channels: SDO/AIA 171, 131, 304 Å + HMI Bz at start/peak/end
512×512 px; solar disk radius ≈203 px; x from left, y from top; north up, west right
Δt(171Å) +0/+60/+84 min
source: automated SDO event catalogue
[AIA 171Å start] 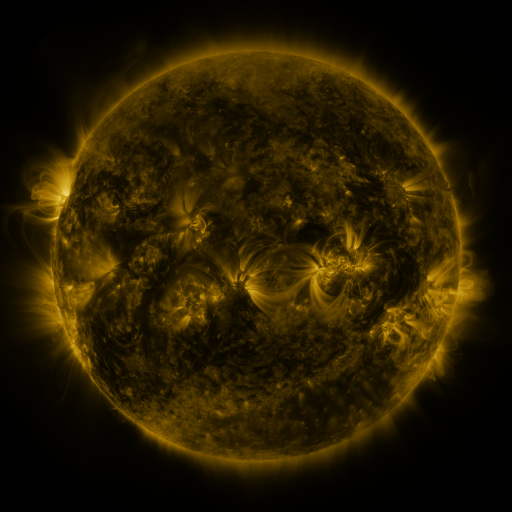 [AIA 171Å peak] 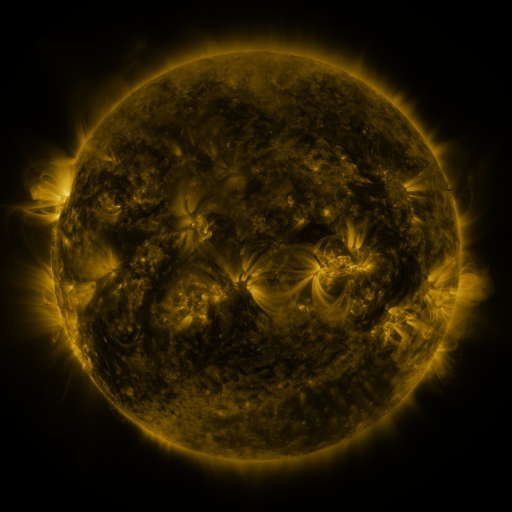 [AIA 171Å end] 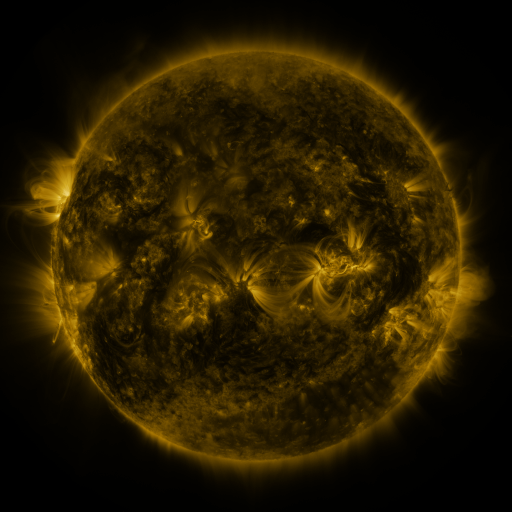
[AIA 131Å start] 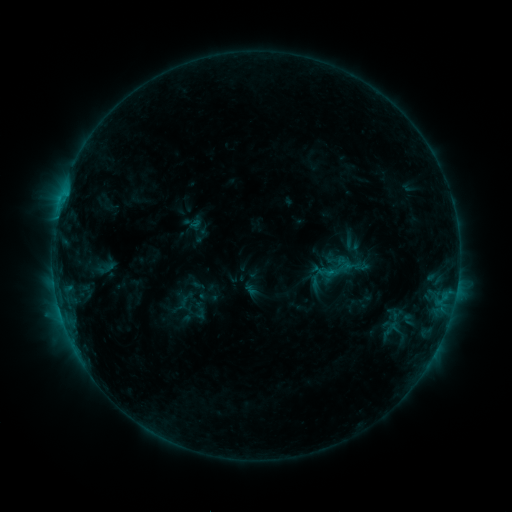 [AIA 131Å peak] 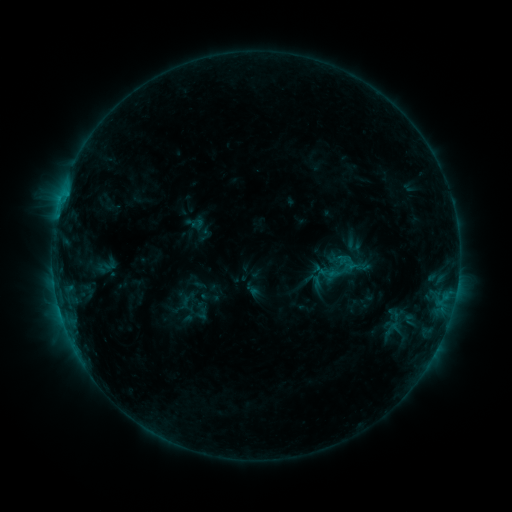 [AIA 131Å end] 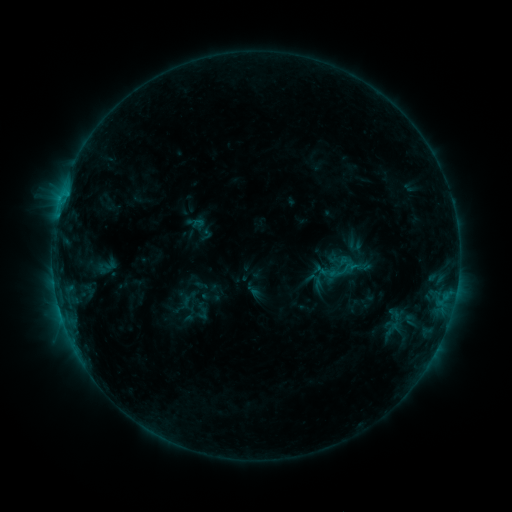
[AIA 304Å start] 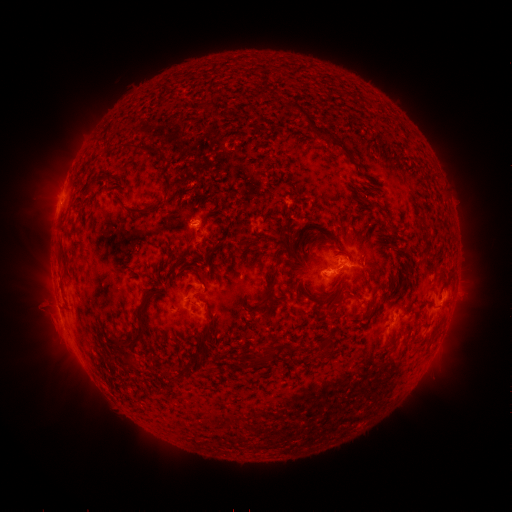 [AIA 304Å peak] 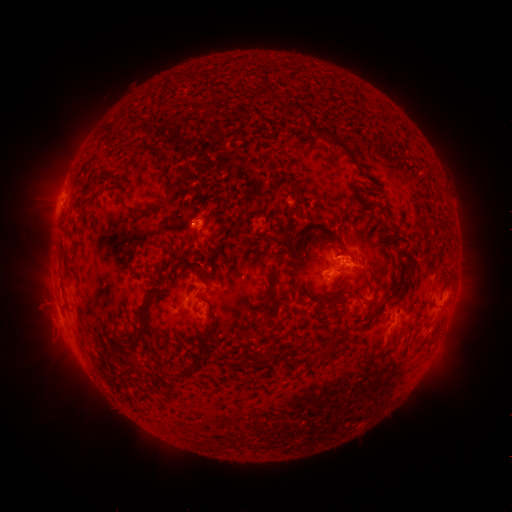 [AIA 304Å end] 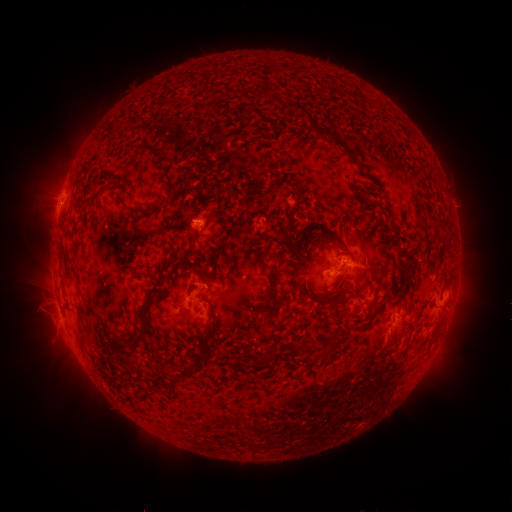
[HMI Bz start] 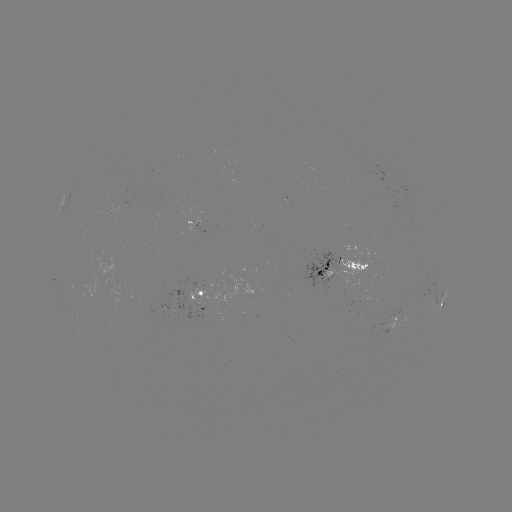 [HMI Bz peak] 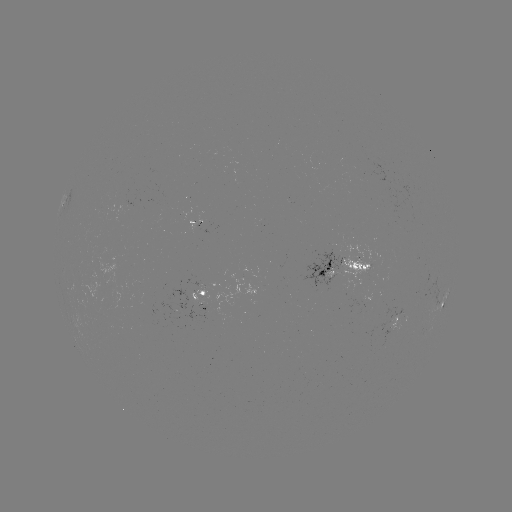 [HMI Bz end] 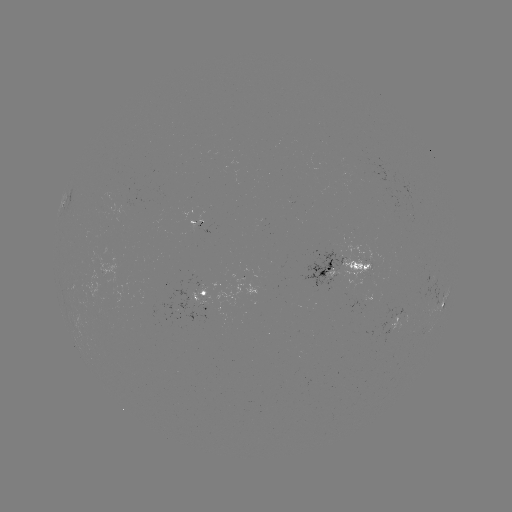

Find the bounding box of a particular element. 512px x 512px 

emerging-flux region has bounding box [397, 185, 413, 203].